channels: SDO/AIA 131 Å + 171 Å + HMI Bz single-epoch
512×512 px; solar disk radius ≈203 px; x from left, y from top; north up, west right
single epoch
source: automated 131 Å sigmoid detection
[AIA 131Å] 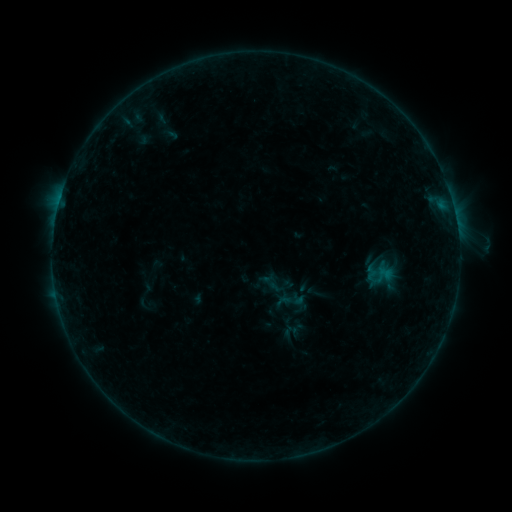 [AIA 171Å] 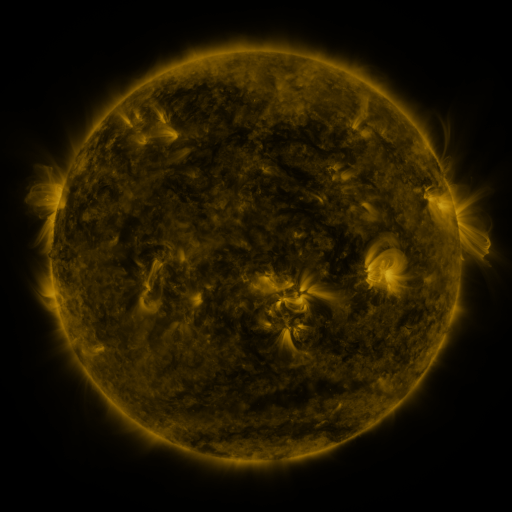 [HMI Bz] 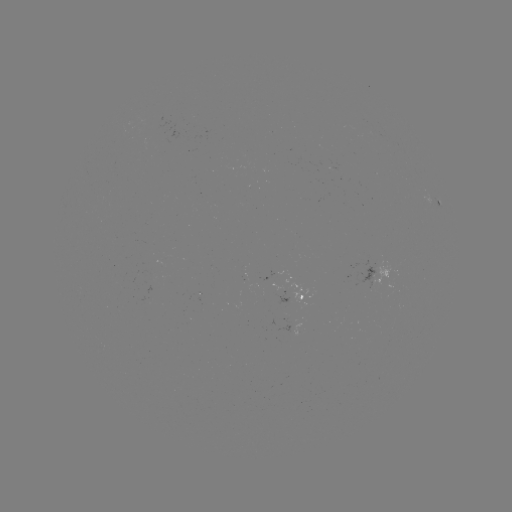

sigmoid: (280, 289, 303, 312)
